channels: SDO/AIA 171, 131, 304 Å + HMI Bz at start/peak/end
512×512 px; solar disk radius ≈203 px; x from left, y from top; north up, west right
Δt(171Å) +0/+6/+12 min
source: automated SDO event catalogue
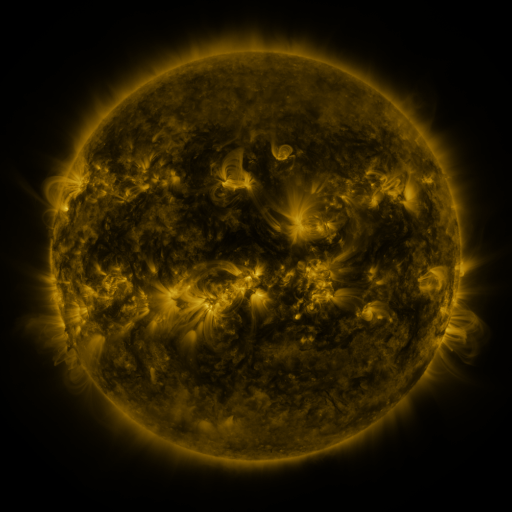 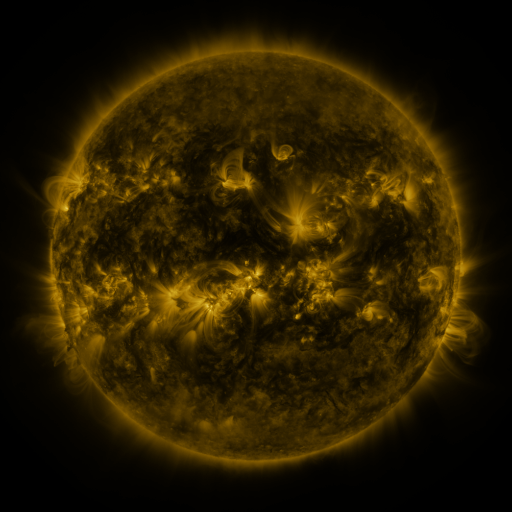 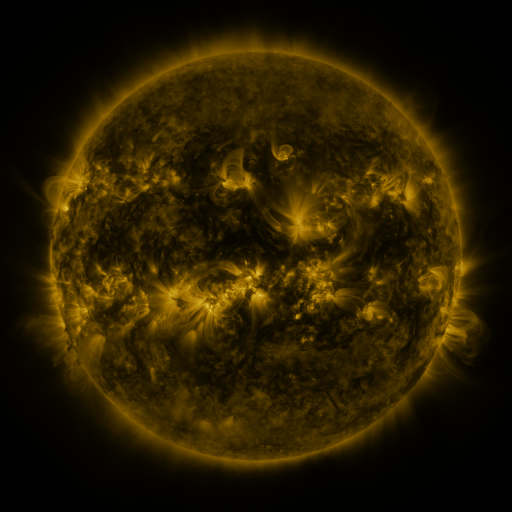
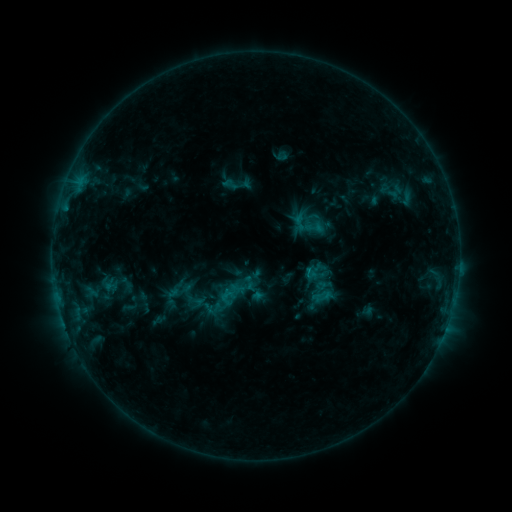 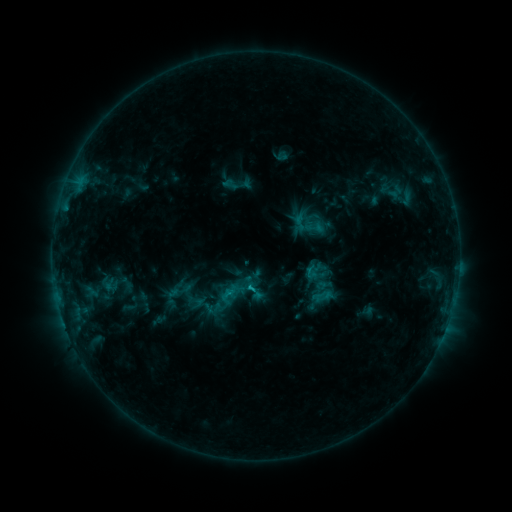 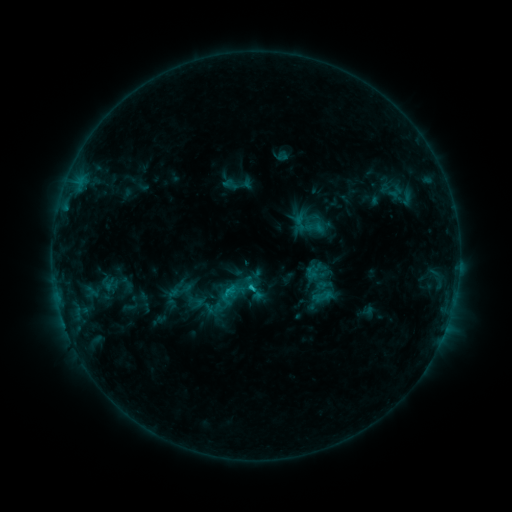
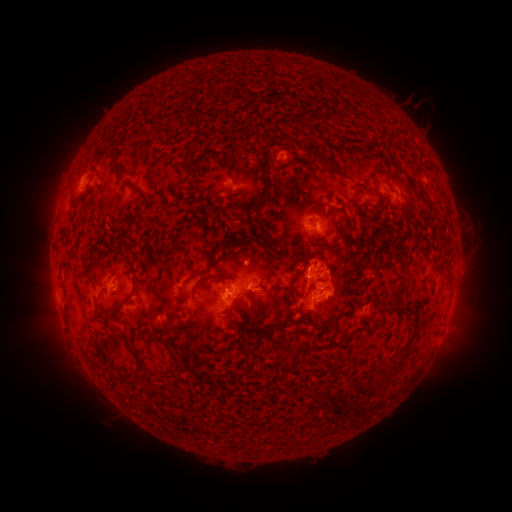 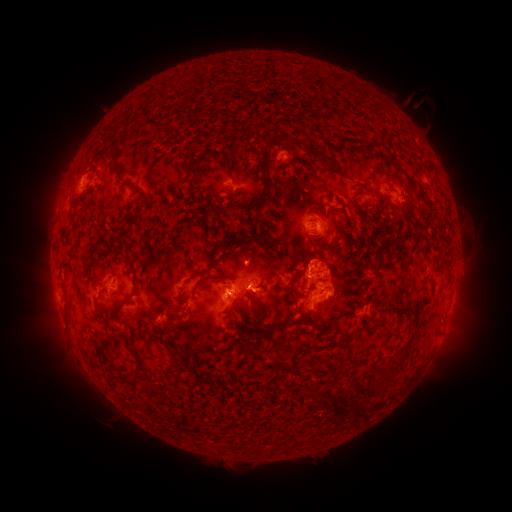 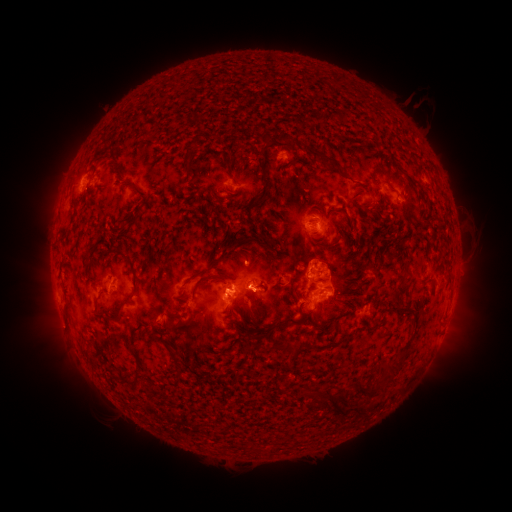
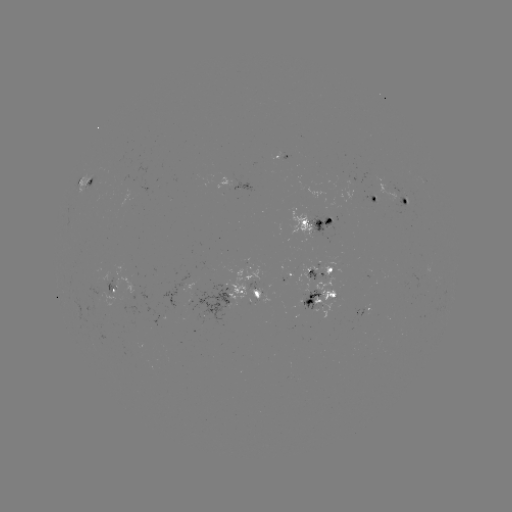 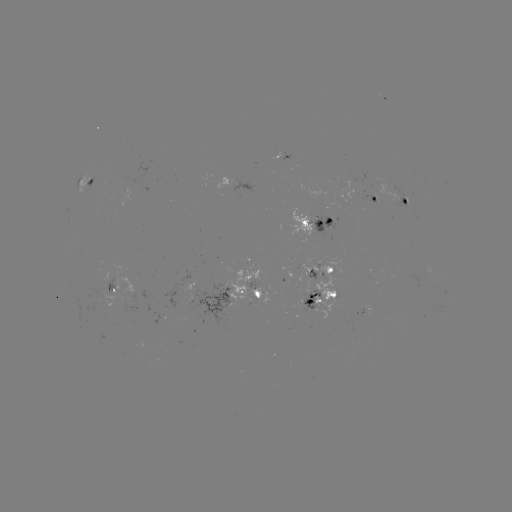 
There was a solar flare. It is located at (252, 286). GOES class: C1.4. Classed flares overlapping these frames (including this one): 2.